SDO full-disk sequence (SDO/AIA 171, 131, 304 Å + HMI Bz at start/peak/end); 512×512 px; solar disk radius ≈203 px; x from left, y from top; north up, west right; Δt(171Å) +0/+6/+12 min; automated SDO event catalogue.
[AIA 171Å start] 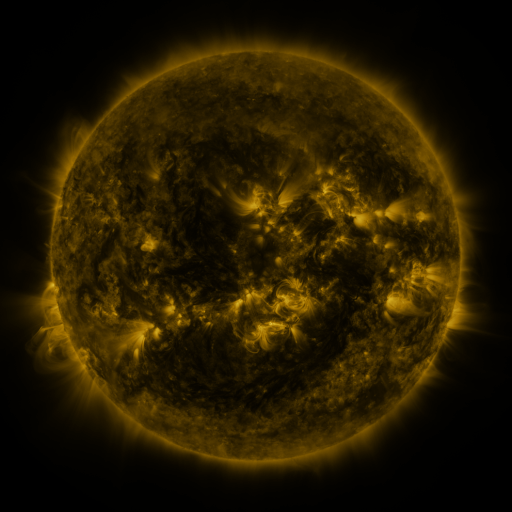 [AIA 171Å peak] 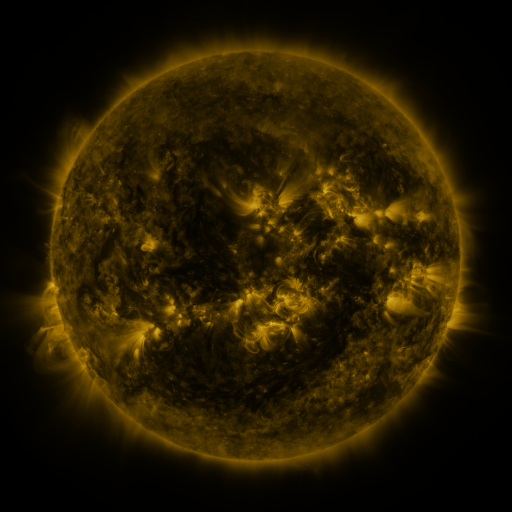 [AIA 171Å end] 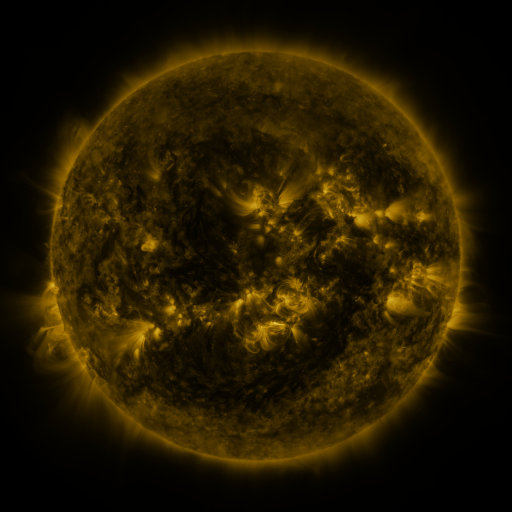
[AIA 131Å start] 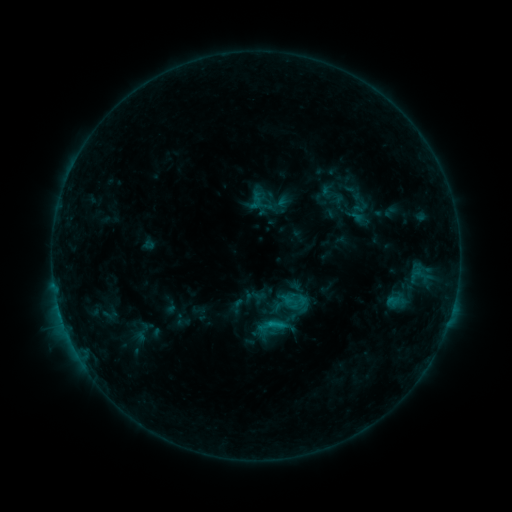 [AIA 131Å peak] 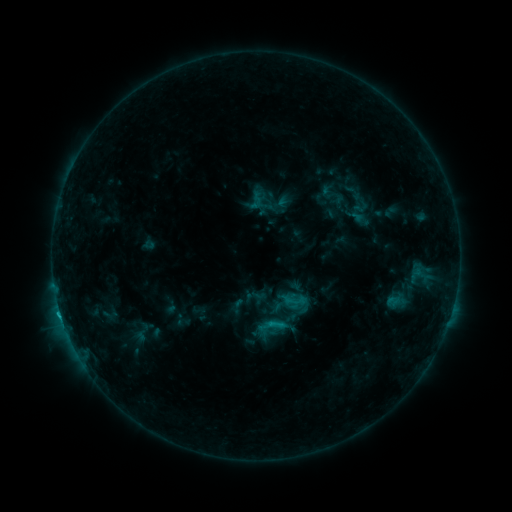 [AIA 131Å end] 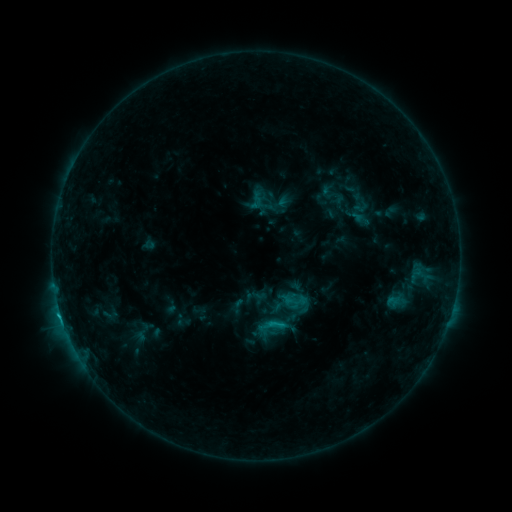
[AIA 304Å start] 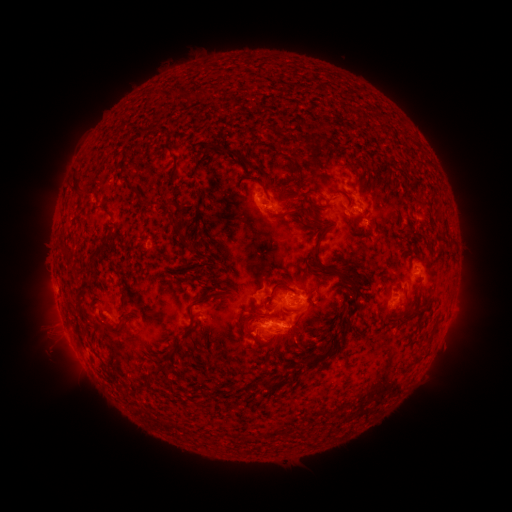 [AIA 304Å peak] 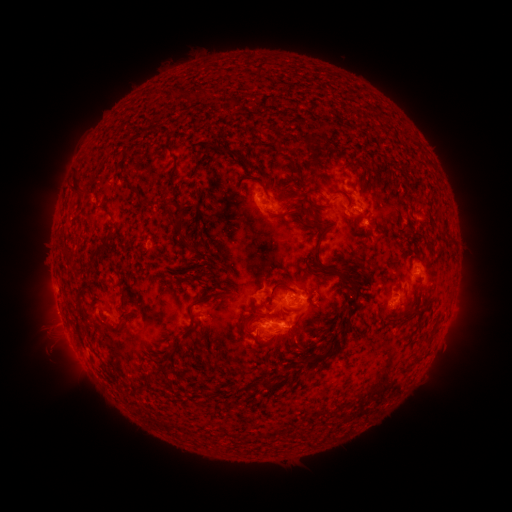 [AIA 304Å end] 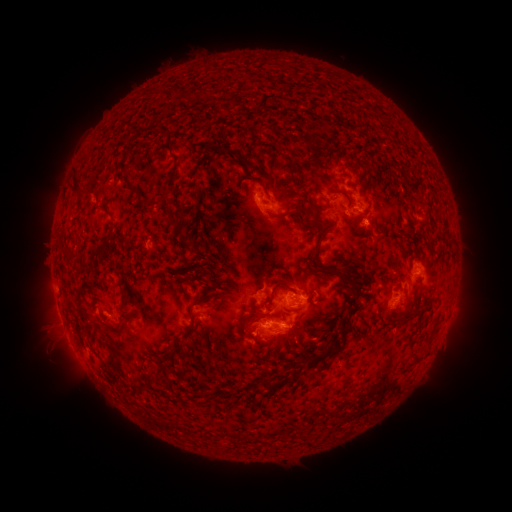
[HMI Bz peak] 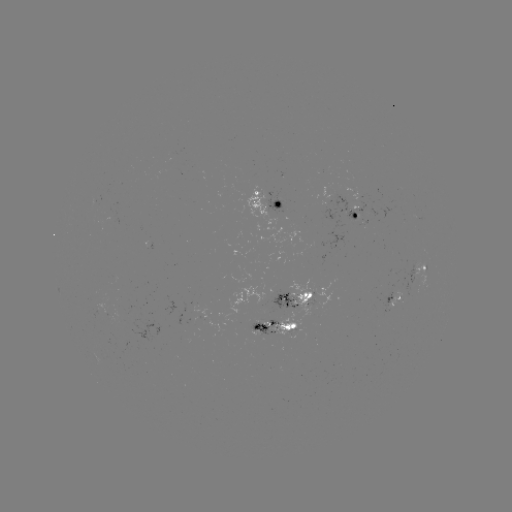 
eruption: [24, 286, 88, 340]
